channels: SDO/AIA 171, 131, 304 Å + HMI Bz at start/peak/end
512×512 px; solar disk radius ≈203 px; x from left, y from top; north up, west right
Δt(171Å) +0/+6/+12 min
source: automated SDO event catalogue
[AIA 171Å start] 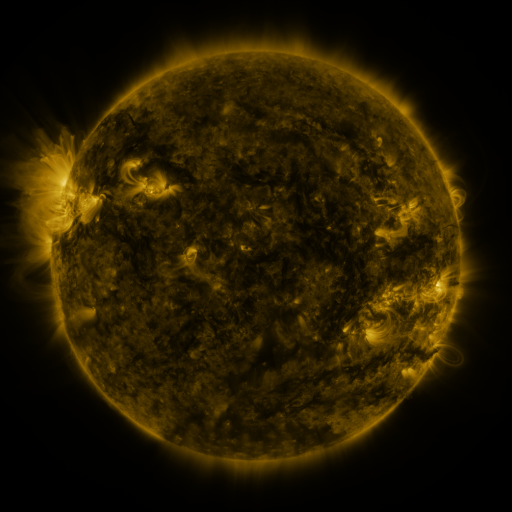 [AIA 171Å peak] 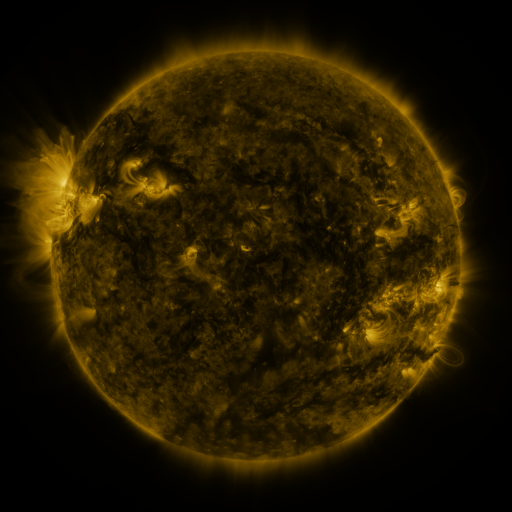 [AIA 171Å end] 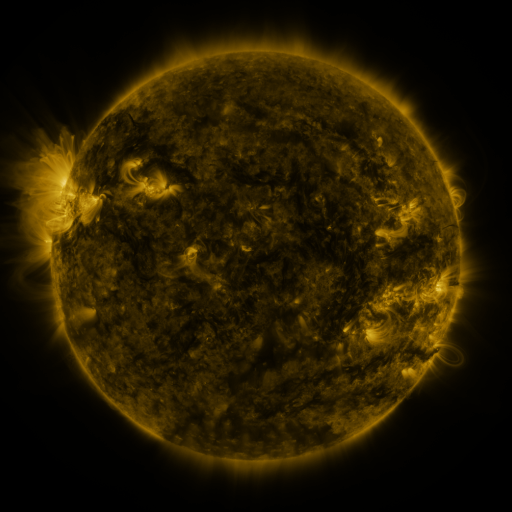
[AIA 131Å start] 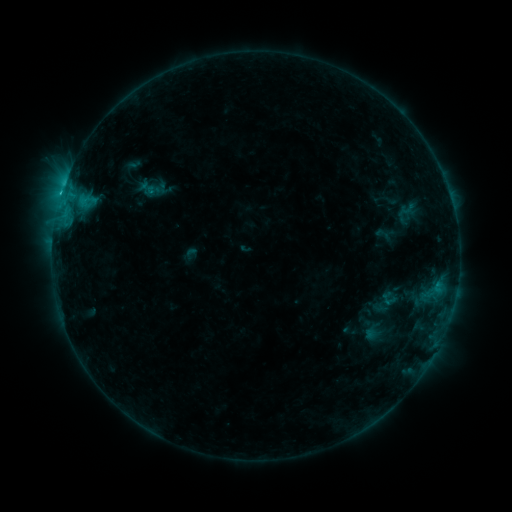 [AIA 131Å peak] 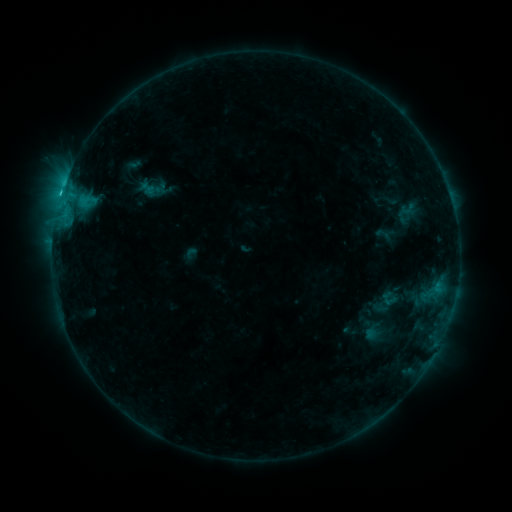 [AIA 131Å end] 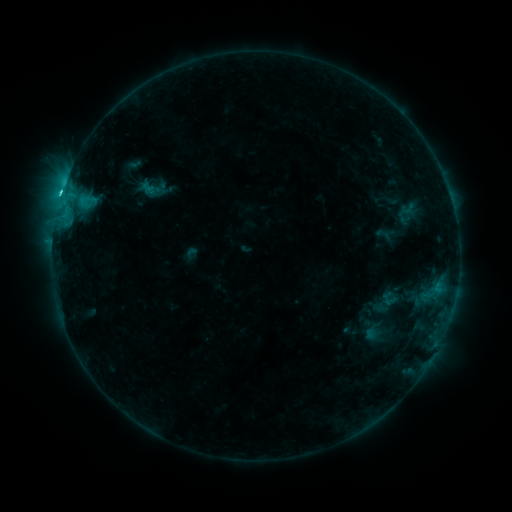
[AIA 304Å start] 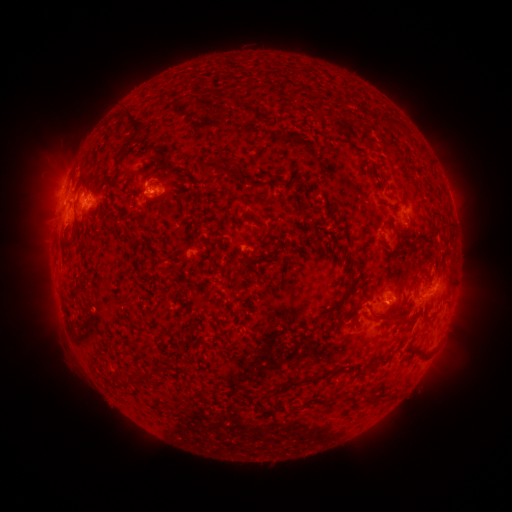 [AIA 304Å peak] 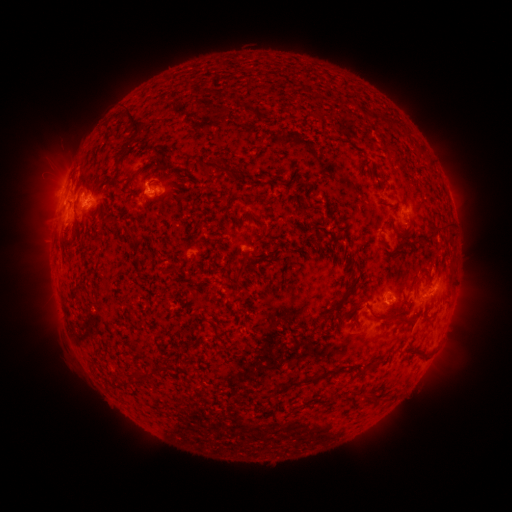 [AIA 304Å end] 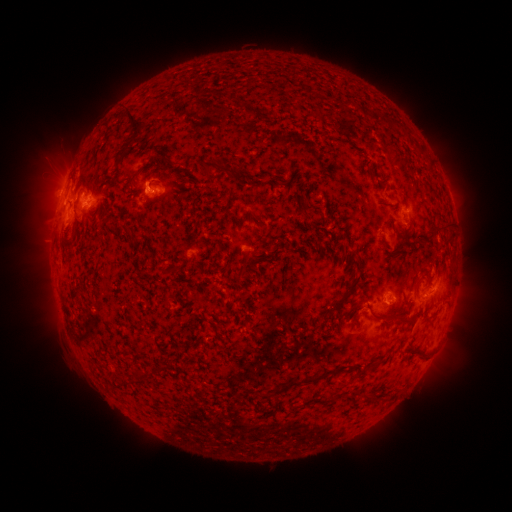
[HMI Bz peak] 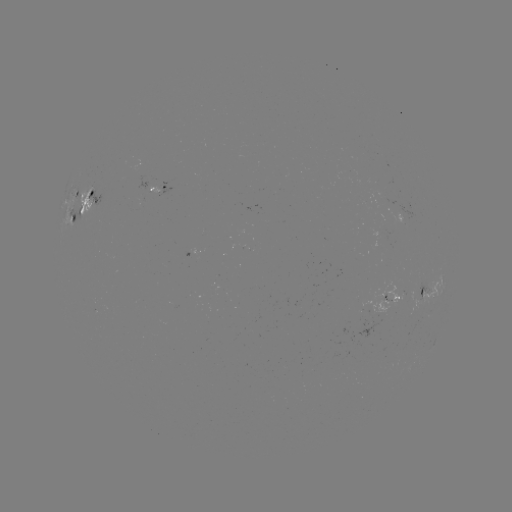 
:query C2.3 flare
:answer (148, 190)